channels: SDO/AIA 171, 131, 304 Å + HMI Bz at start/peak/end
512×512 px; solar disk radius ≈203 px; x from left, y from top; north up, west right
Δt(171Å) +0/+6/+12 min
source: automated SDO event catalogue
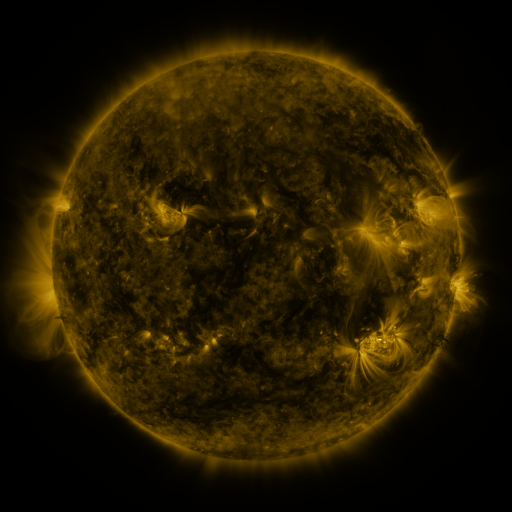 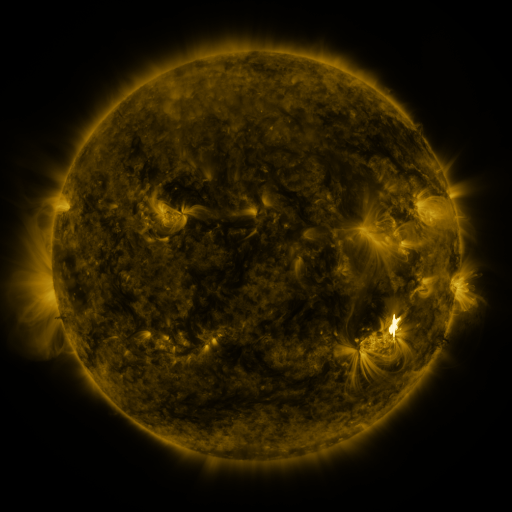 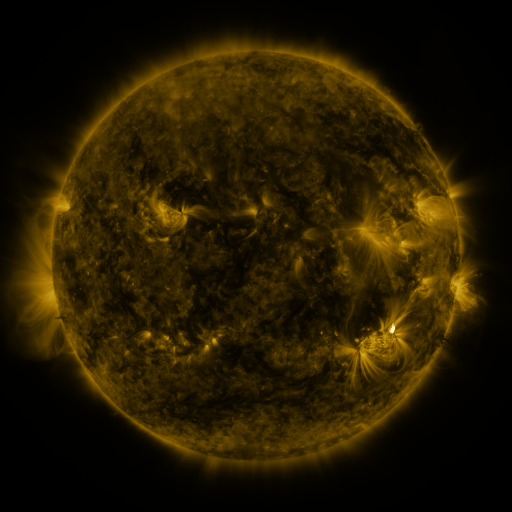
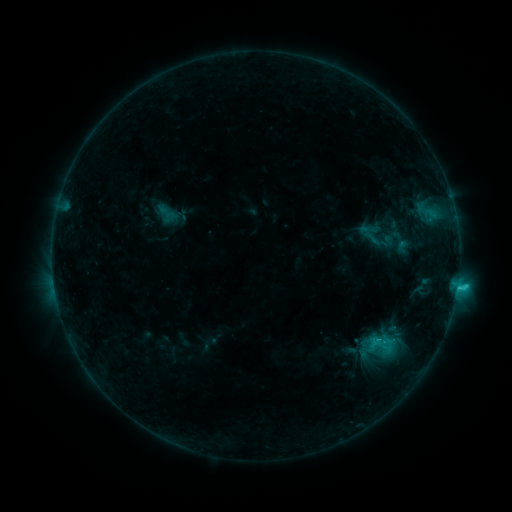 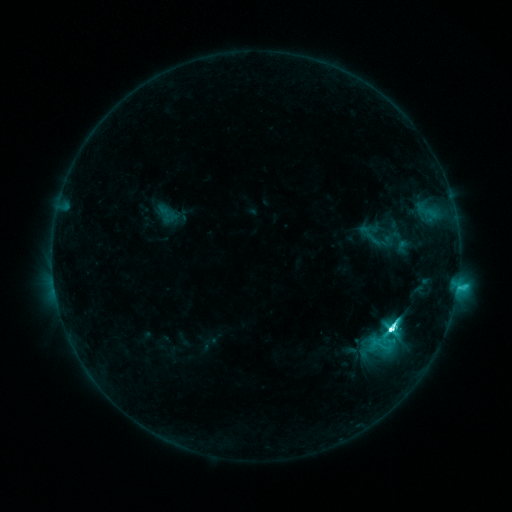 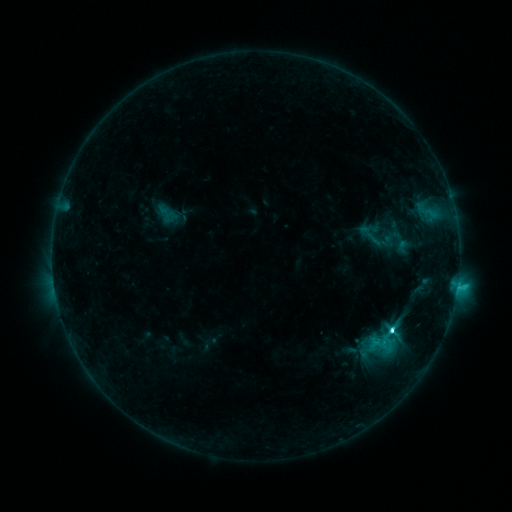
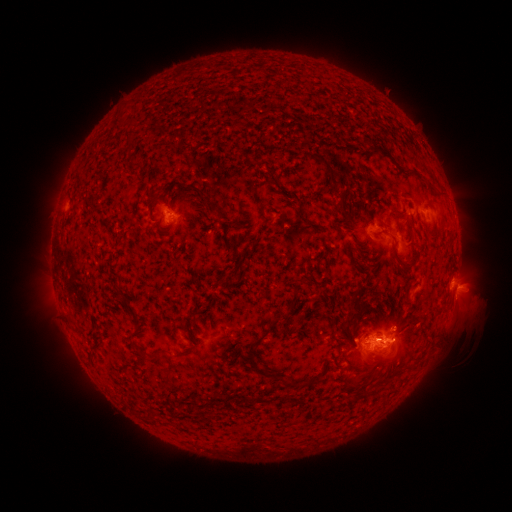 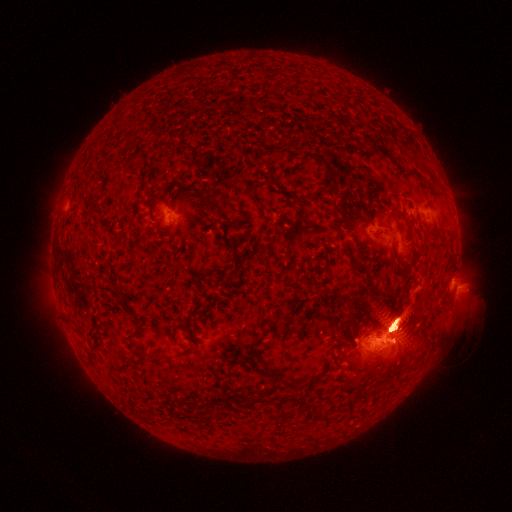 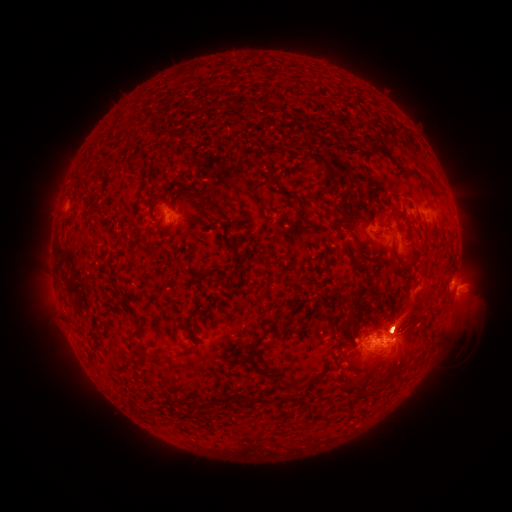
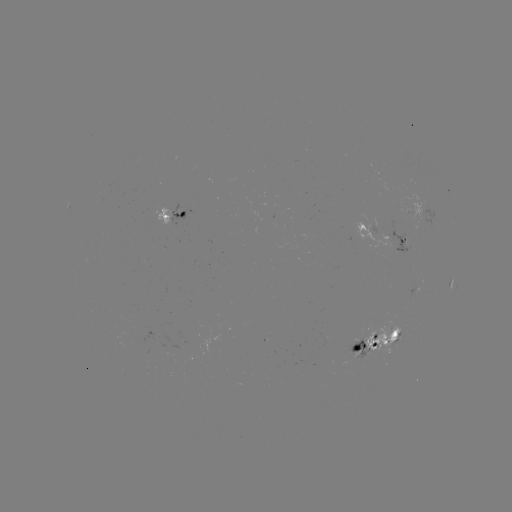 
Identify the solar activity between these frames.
M1.1 flare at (392, 325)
